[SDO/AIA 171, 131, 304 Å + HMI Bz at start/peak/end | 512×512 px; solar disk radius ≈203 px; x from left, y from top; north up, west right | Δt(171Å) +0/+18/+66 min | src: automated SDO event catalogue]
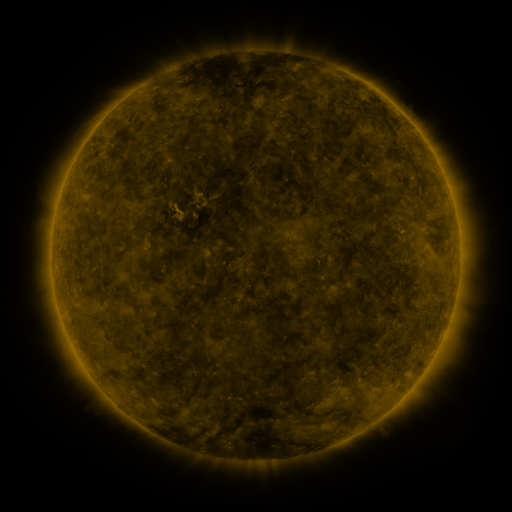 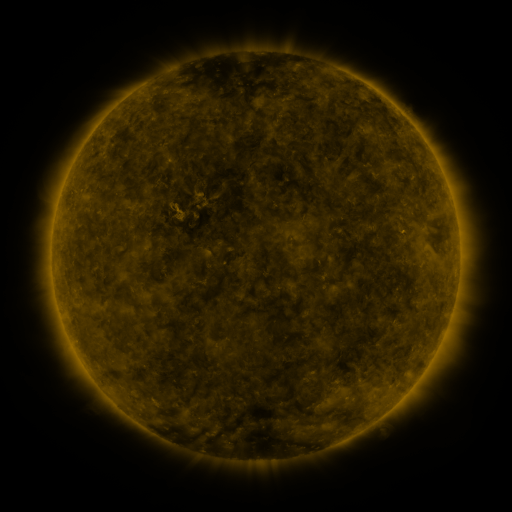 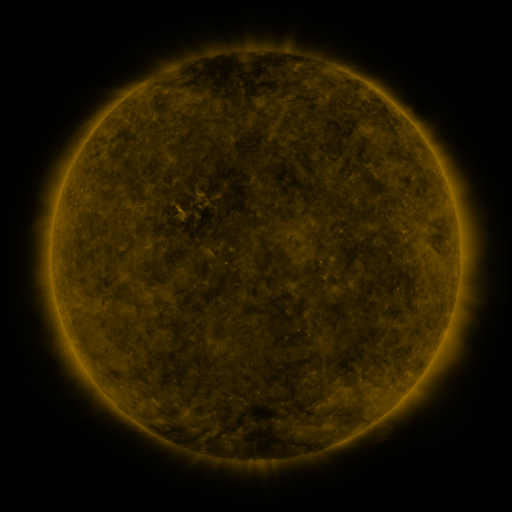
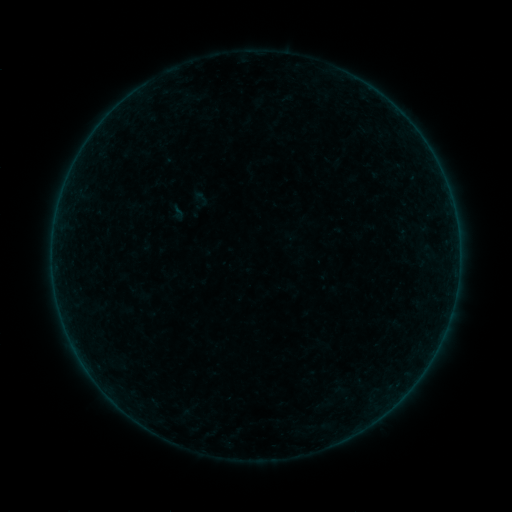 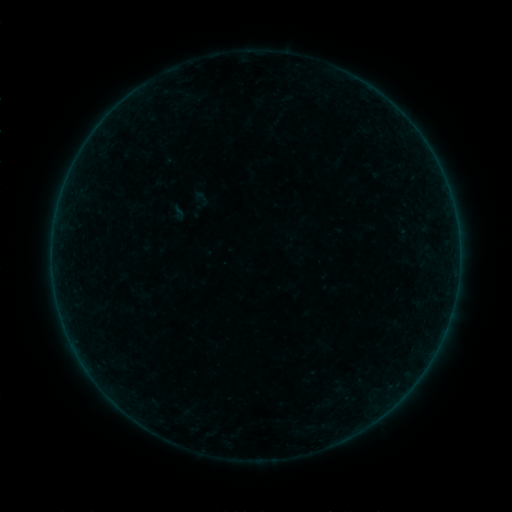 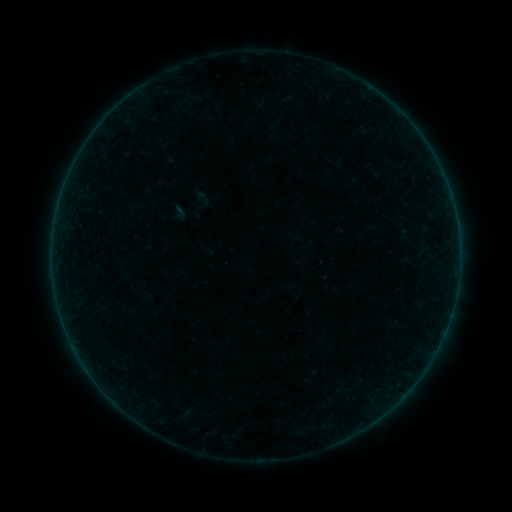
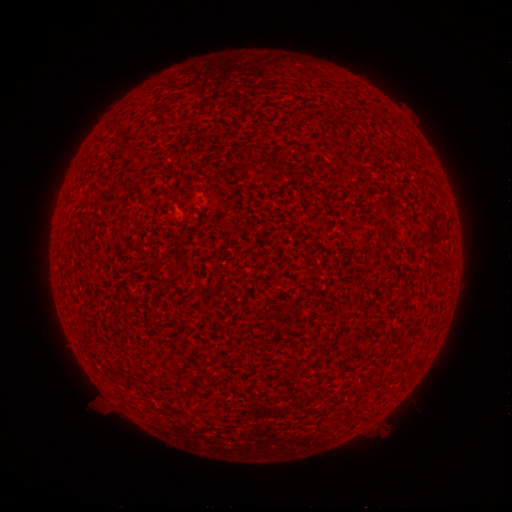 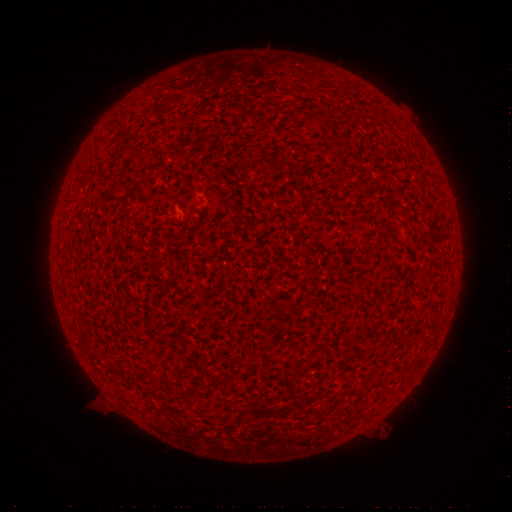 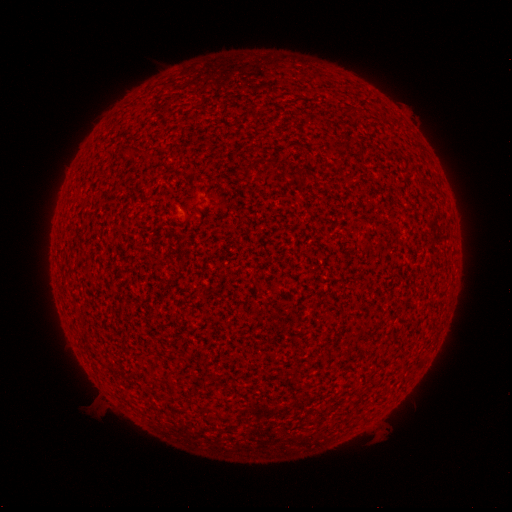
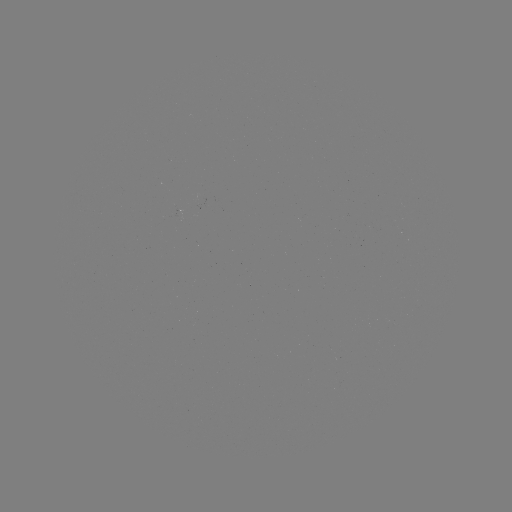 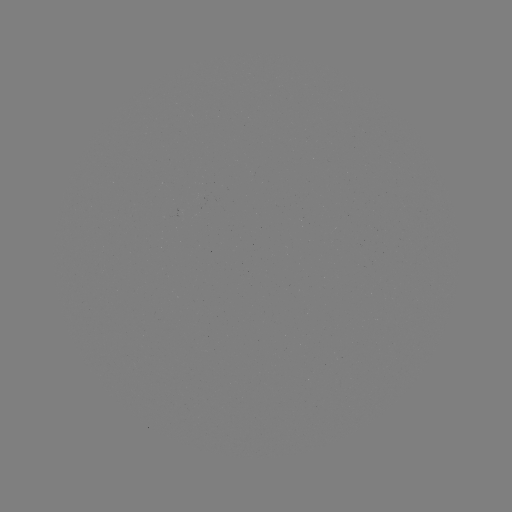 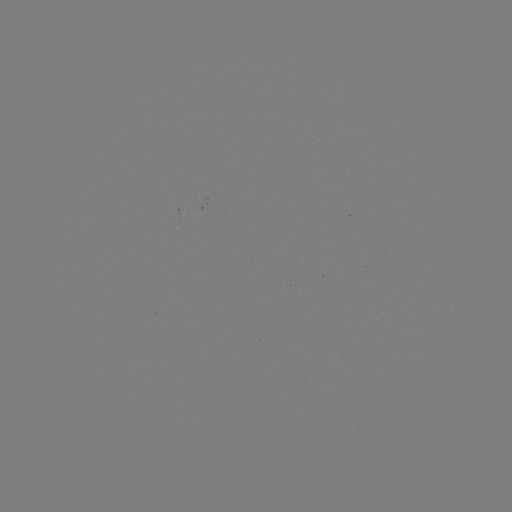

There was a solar flare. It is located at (440, 341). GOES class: A1.8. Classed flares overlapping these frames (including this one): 1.